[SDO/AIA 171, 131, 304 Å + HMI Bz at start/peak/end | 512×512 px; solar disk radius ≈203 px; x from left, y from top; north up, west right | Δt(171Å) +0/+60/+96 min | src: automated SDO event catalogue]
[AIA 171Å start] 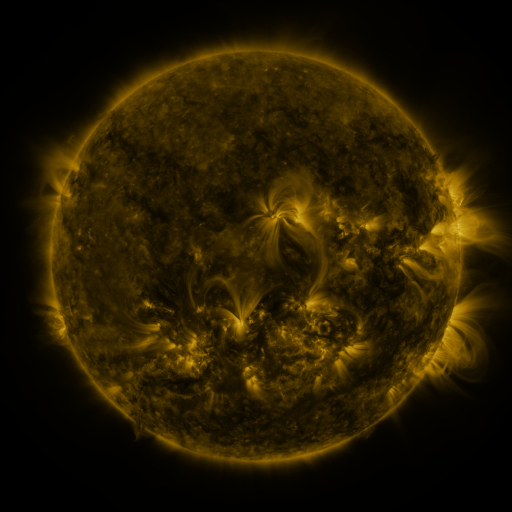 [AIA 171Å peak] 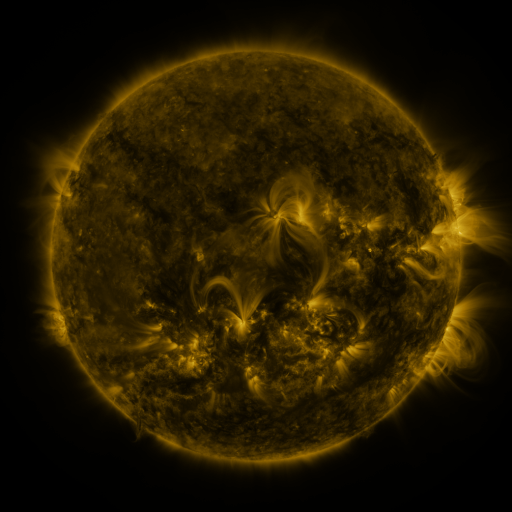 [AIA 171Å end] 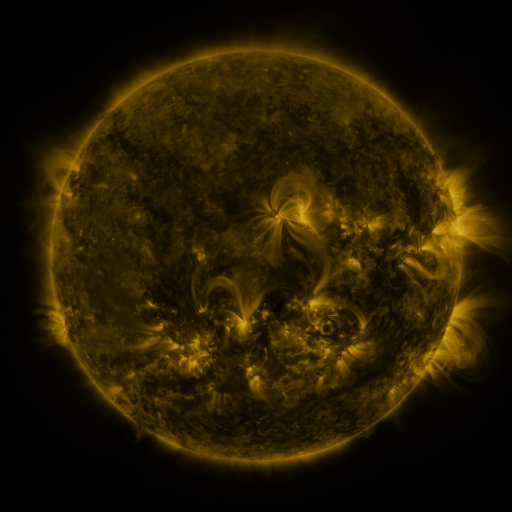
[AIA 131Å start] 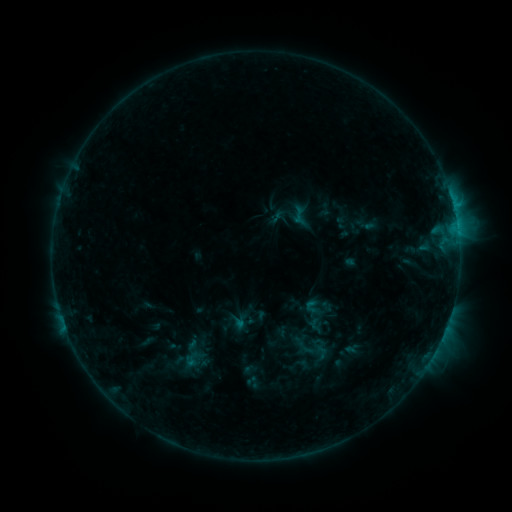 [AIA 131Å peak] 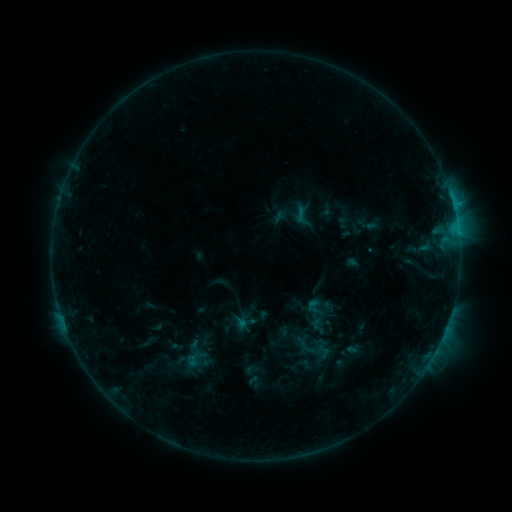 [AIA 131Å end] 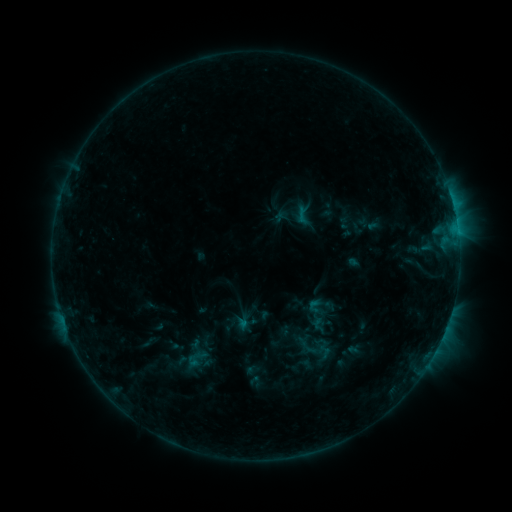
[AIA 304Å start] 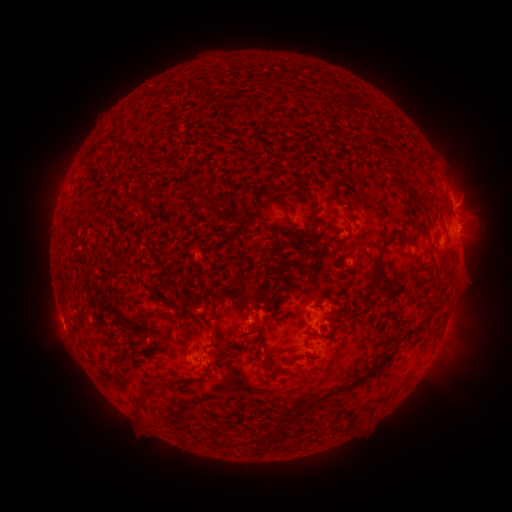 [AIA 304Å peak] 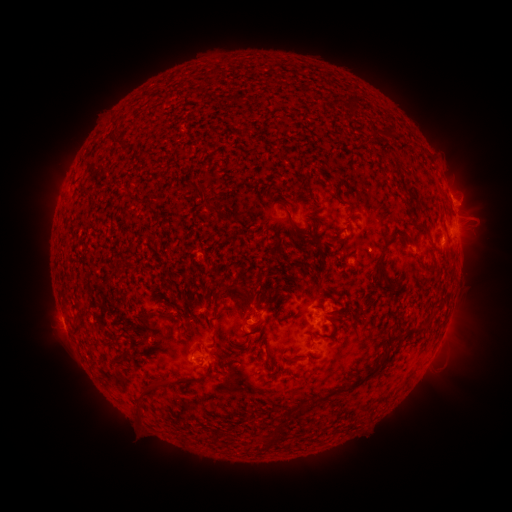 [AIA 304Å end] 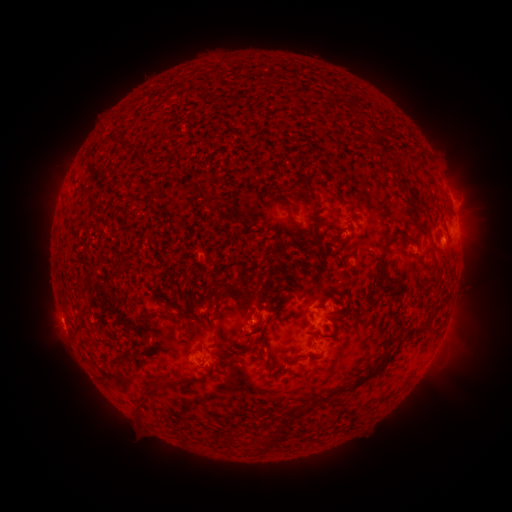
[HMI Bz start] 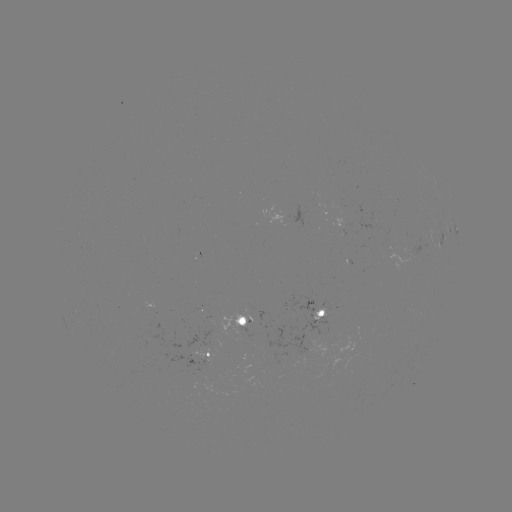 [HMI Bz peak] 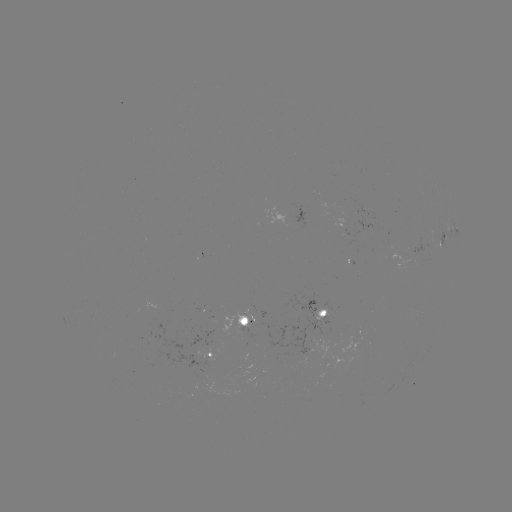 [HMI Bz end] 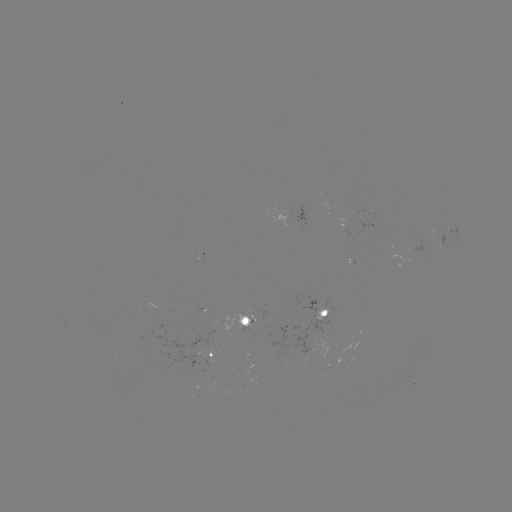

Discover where emerging-flux region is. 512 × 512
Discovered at [256, 328].